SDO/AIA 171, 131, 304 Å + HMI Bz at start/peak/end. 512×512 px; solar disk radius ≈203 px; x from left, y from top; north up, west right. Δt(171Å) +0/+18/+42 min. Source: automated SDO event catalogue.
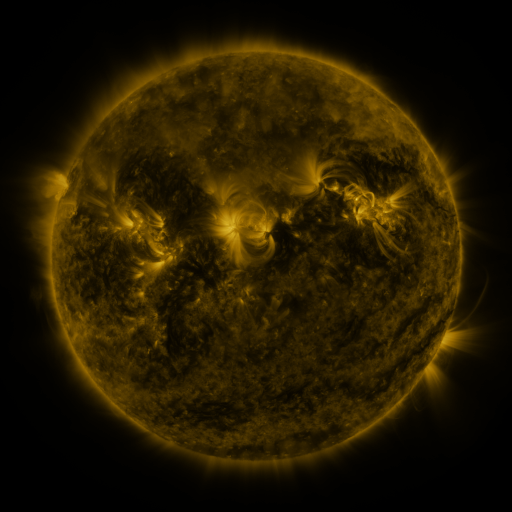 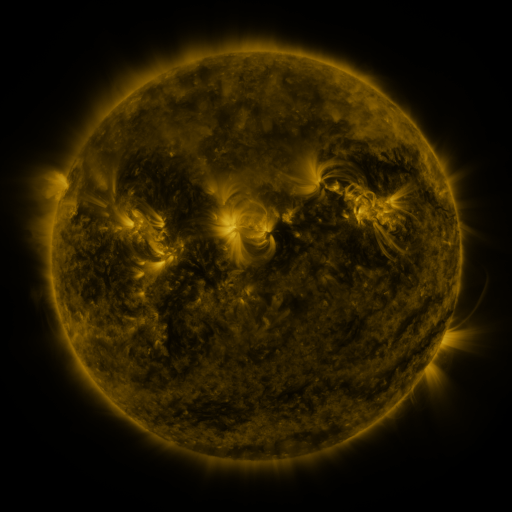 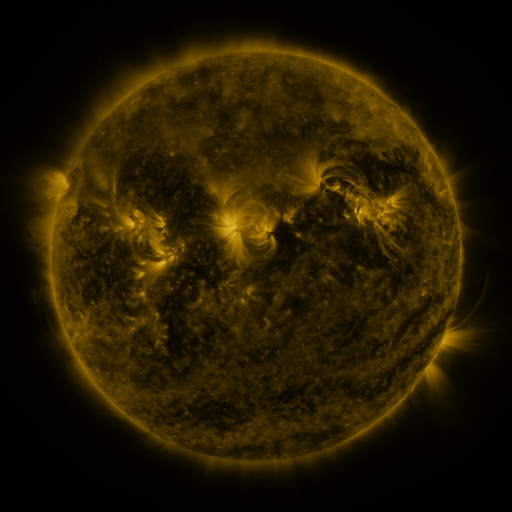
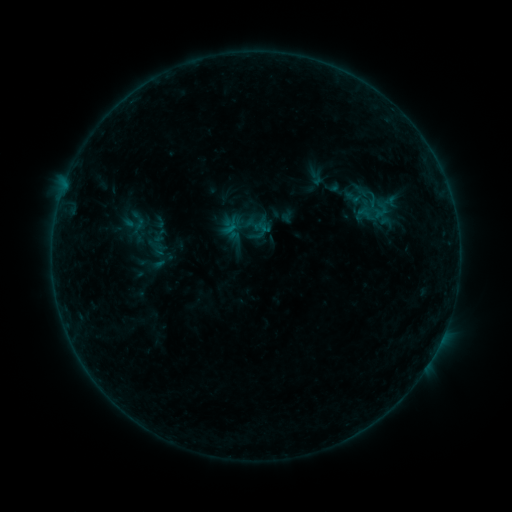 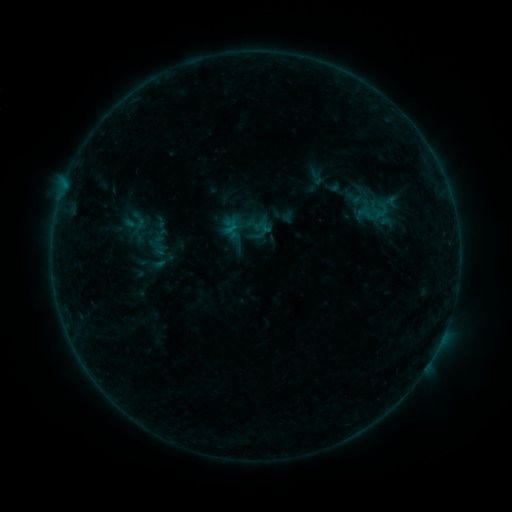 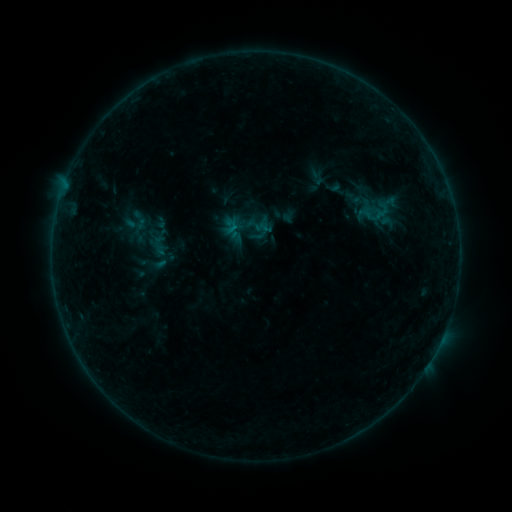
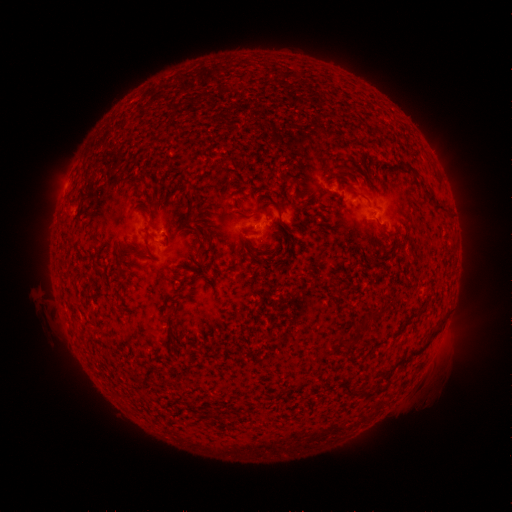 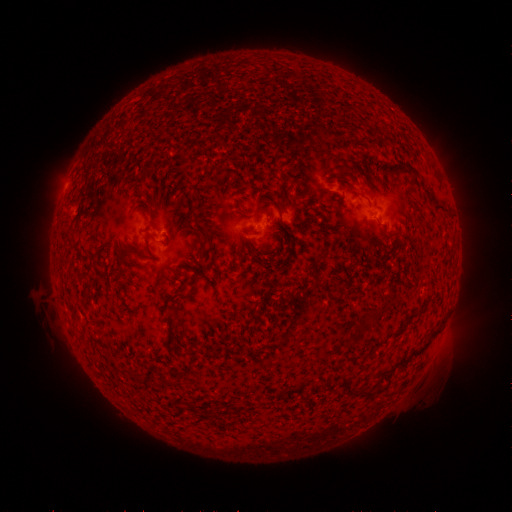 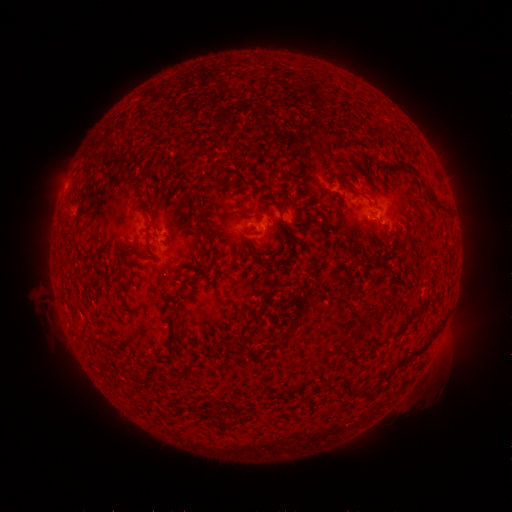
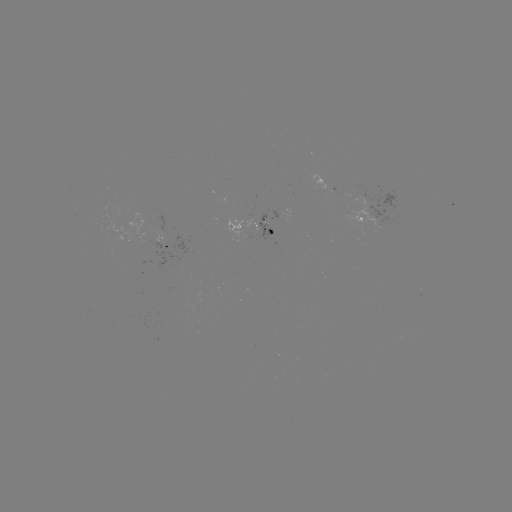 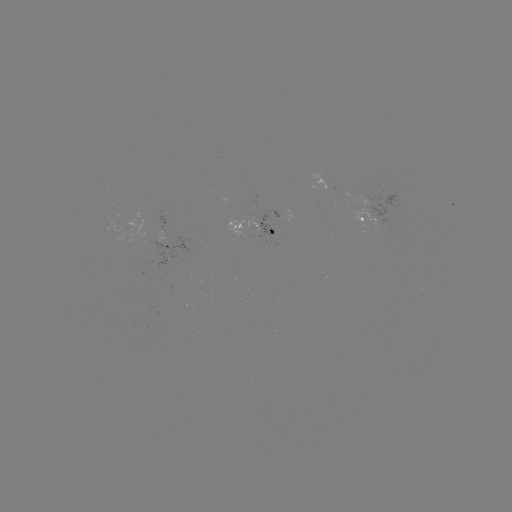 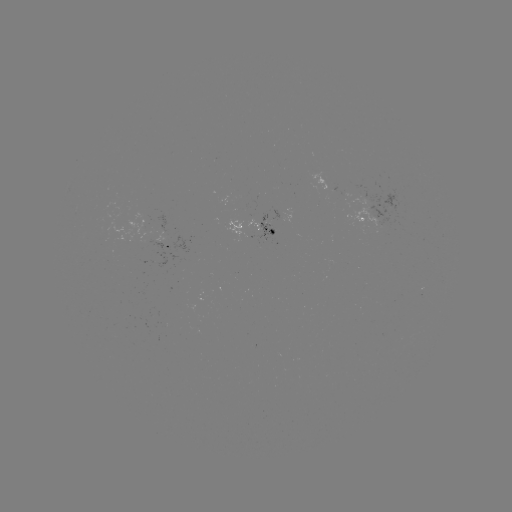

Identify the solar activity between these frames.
no flare in any classed list; no EUV-trigger detection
